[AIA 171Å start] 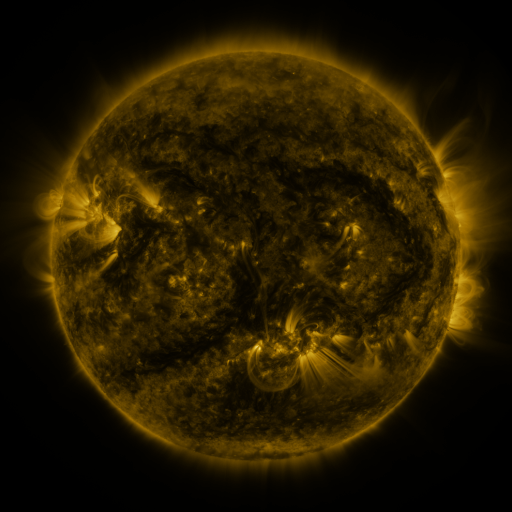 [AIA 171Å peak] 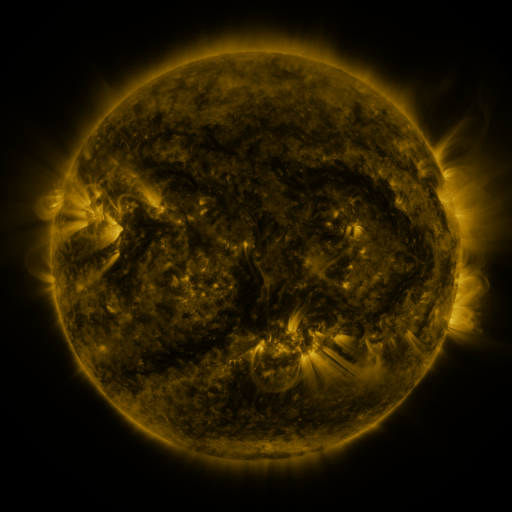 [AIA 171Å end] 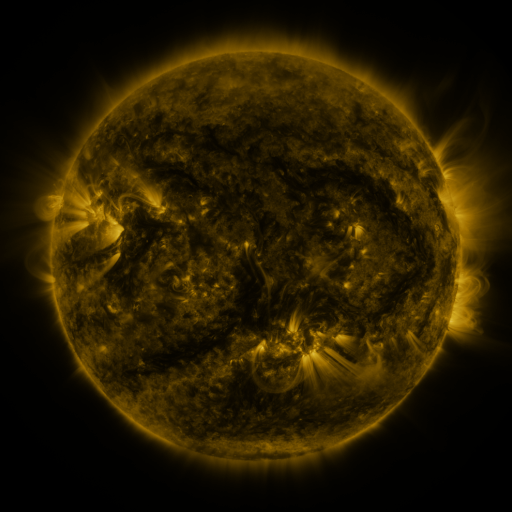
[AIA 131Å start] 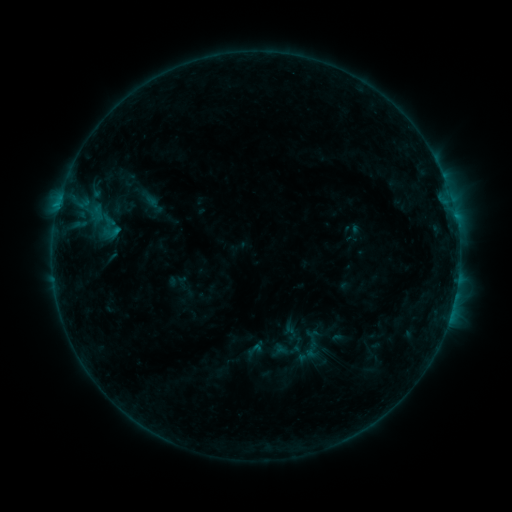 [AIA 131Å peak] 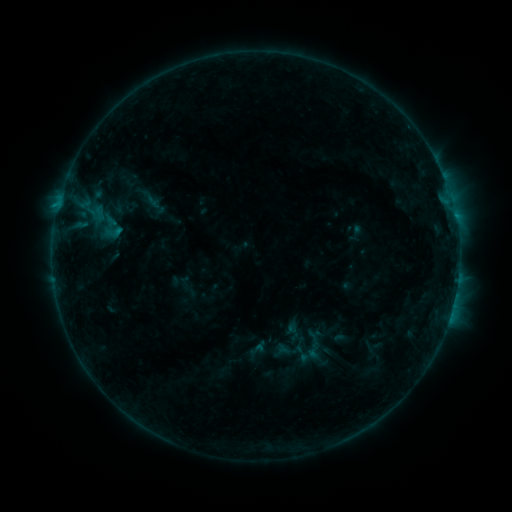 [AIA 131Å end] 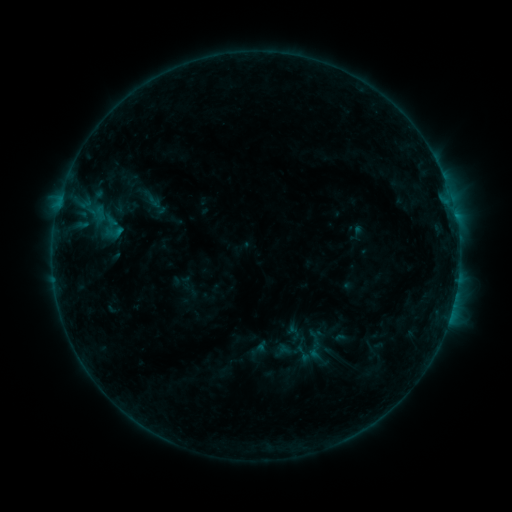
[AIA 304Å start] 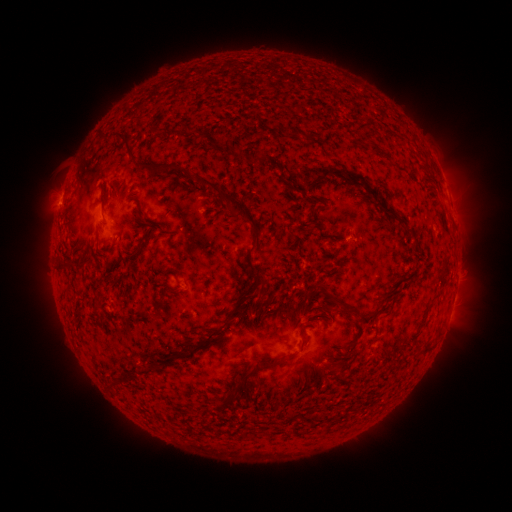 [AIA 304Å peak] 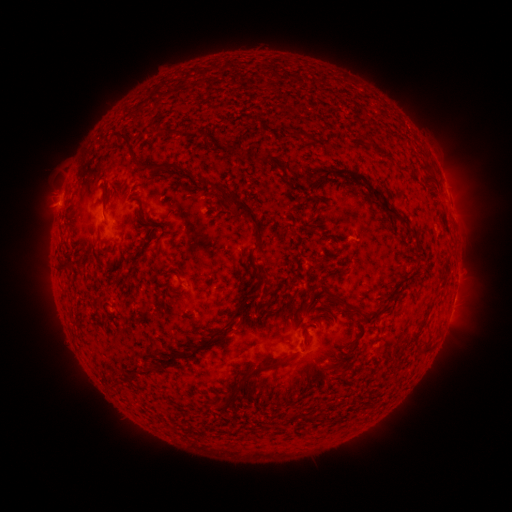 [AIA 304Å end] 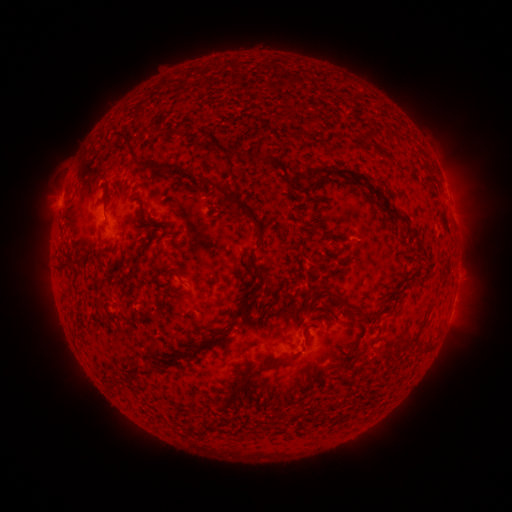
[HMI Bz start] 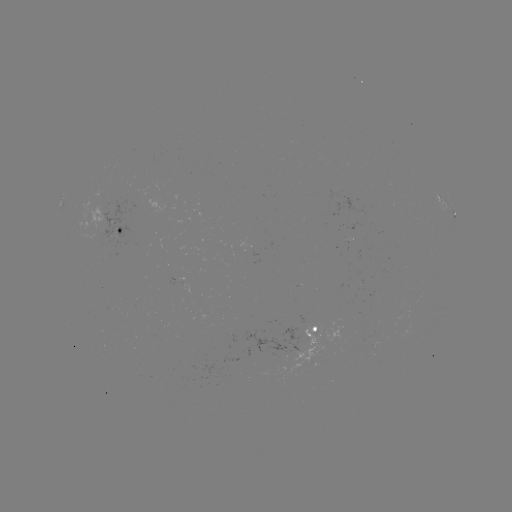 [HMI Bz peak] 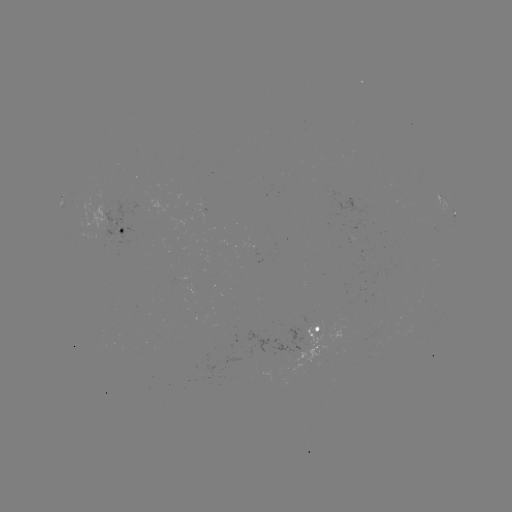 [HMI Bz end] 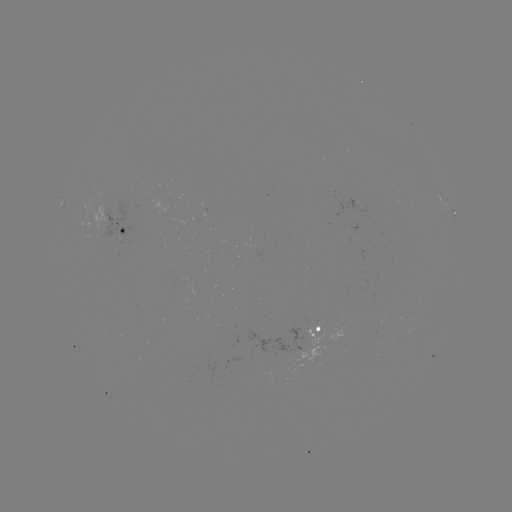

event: emerging-flux region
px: (108, 206)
